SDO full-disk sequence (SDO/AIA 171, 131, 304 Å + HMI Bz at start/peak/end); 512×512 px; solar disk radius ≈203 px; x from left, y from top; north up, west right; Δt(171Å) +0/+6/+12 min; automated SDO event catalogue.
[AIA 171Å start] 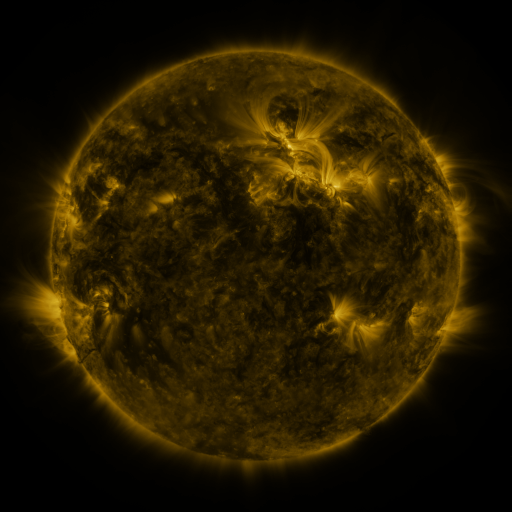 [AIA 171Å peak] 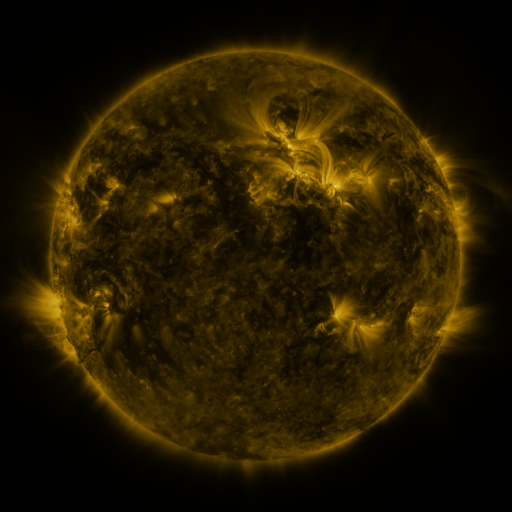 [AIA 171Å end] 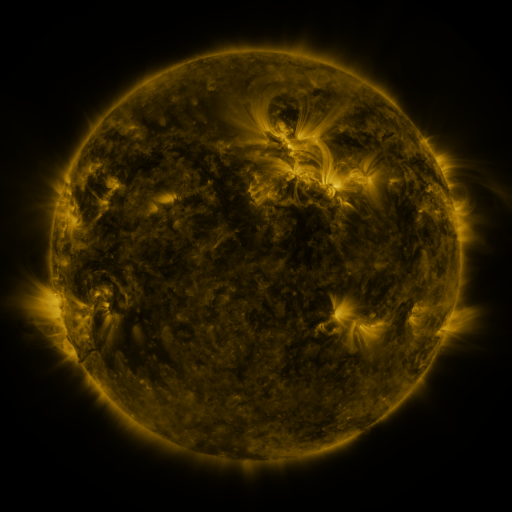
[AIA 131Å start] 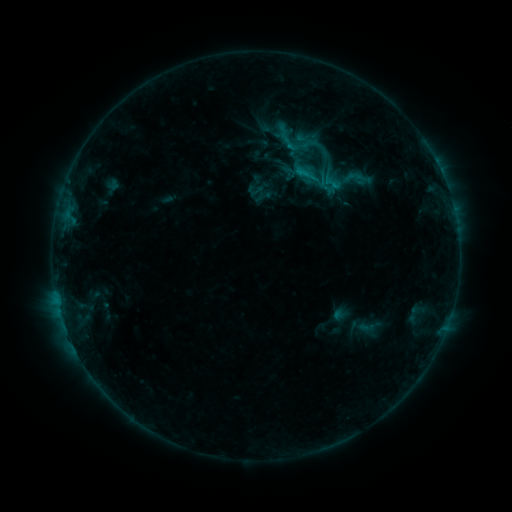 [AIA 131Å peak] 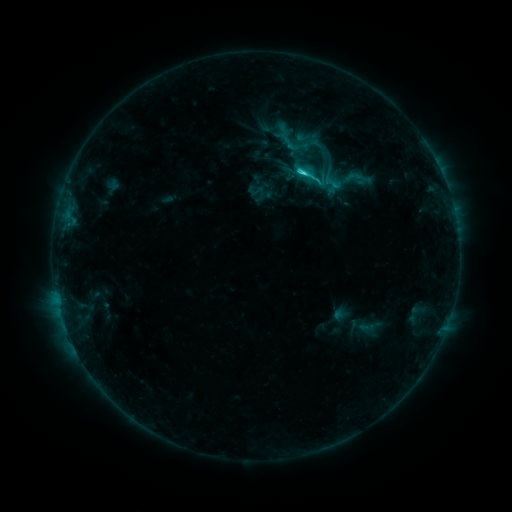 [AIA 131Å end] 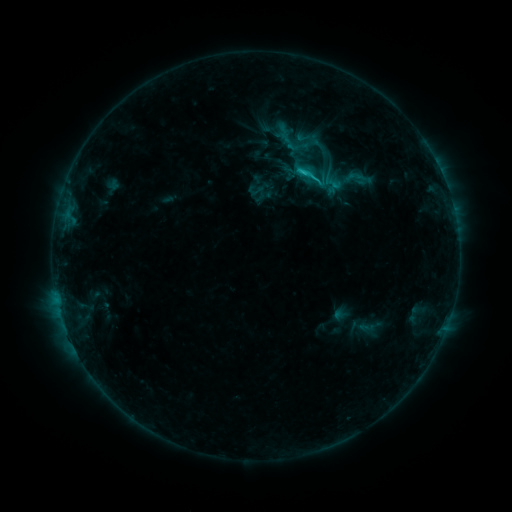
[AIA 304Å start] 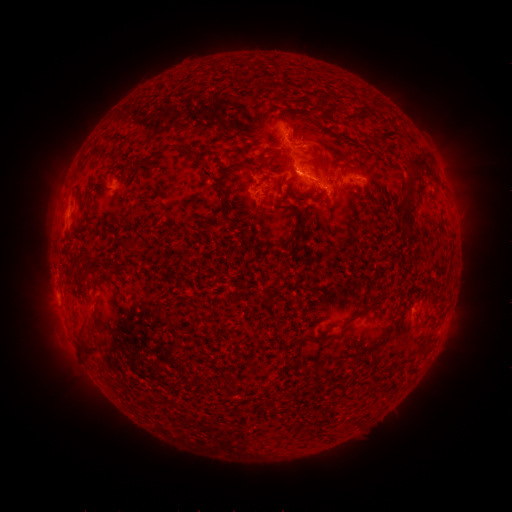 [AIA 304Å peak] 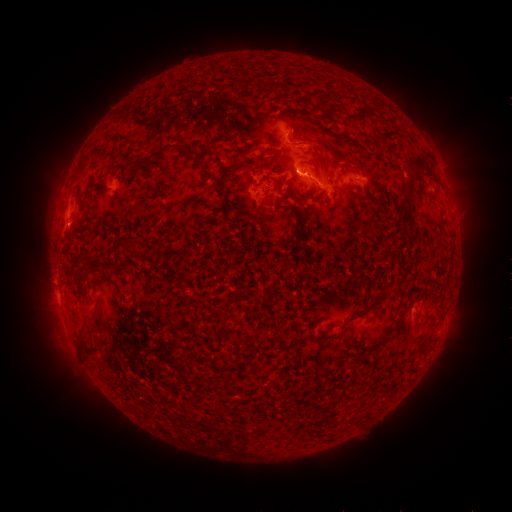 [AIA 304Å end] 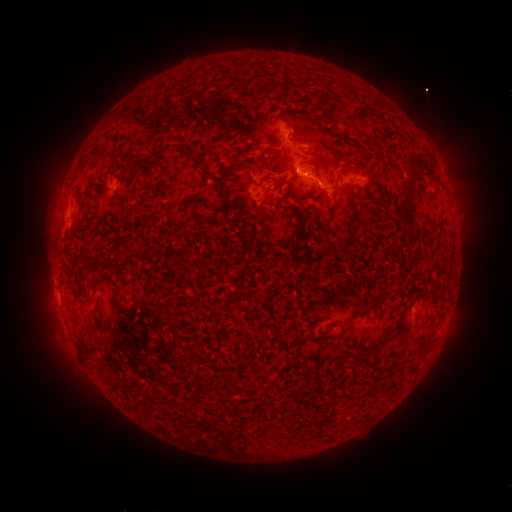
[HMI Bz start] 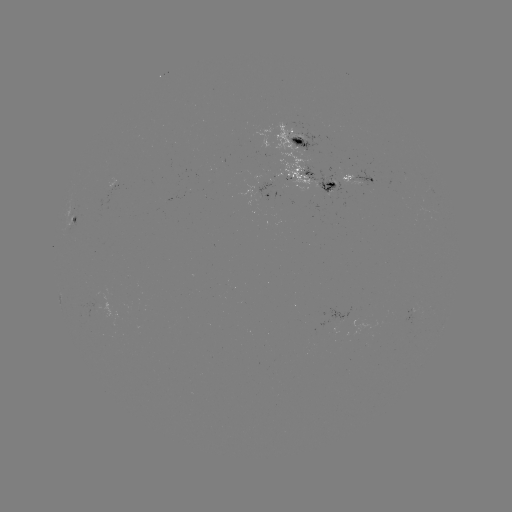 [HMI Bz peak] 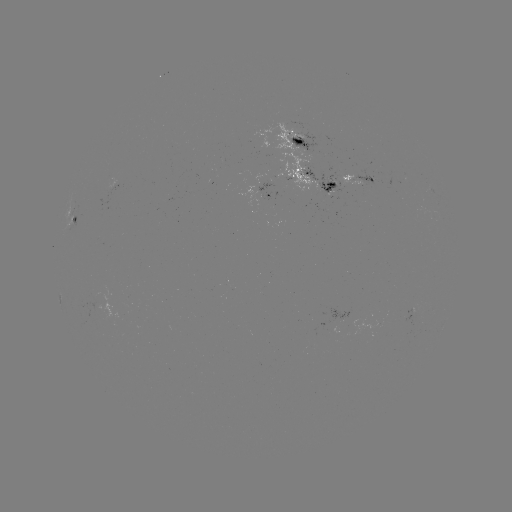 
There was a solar flare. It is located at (302, 176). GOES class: C2.2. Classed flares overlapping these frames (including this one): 1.